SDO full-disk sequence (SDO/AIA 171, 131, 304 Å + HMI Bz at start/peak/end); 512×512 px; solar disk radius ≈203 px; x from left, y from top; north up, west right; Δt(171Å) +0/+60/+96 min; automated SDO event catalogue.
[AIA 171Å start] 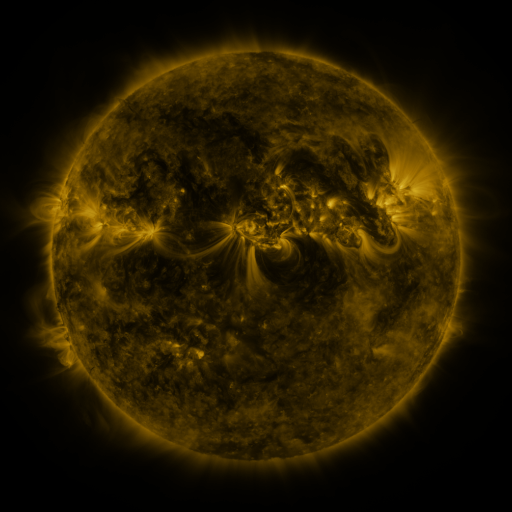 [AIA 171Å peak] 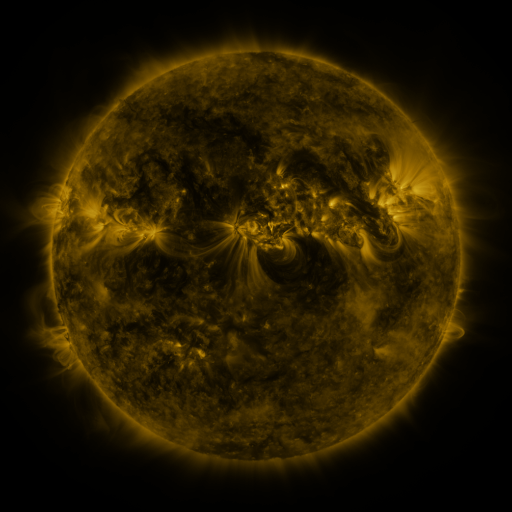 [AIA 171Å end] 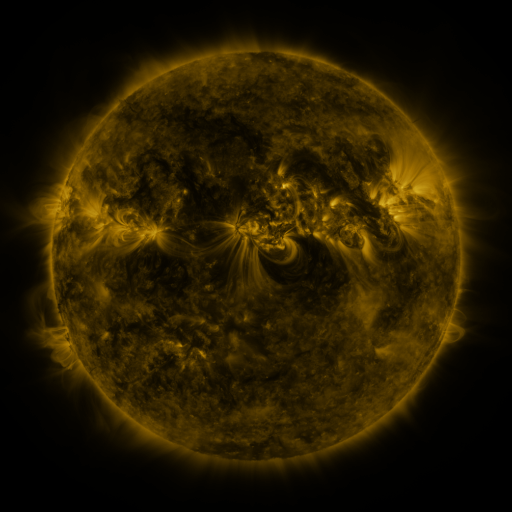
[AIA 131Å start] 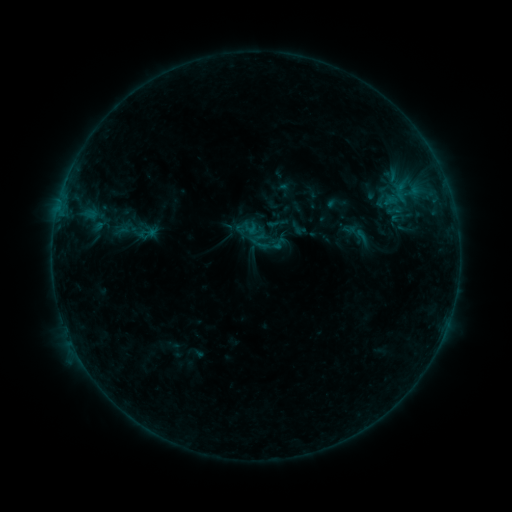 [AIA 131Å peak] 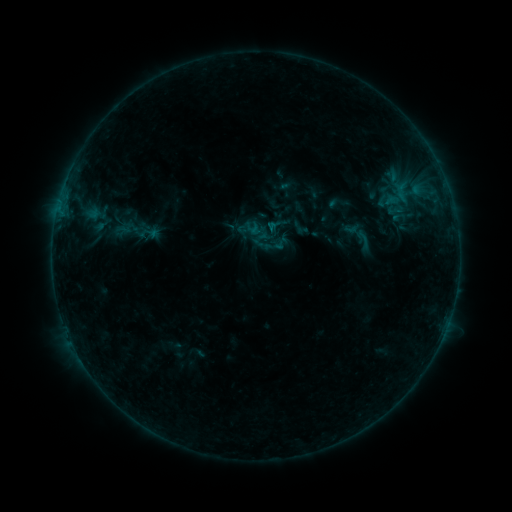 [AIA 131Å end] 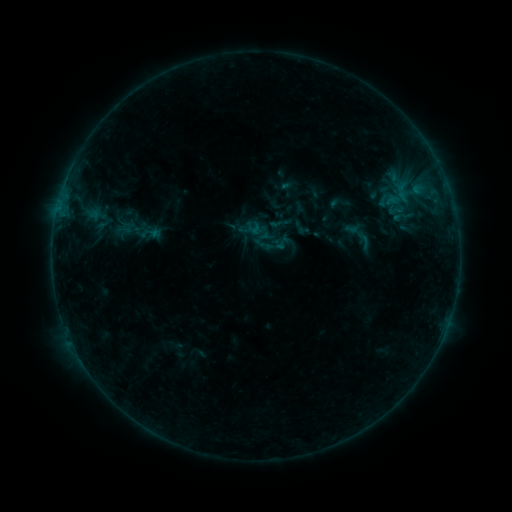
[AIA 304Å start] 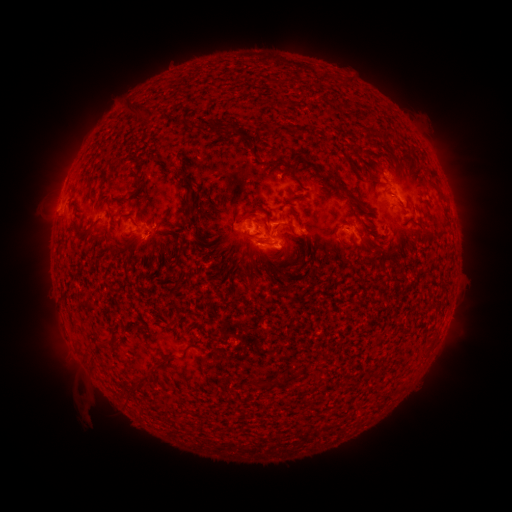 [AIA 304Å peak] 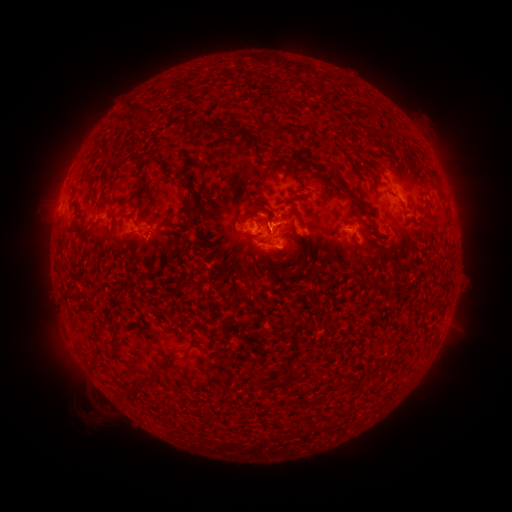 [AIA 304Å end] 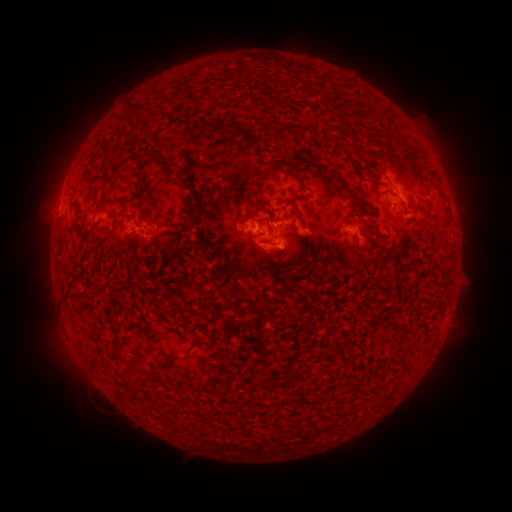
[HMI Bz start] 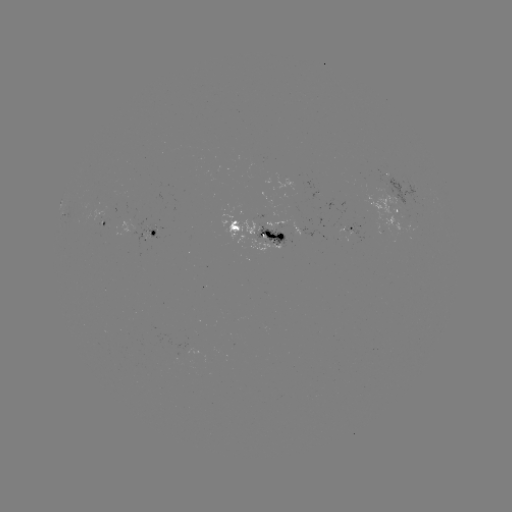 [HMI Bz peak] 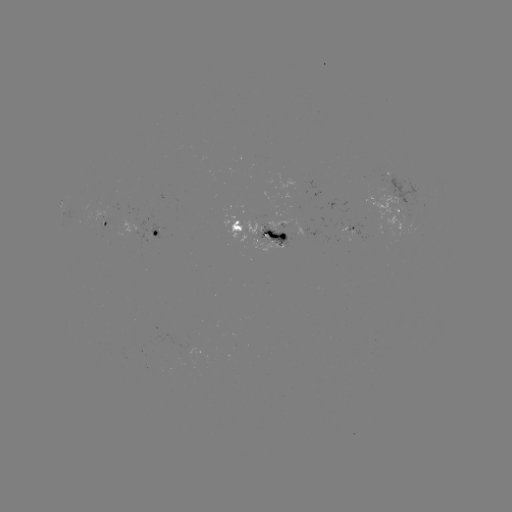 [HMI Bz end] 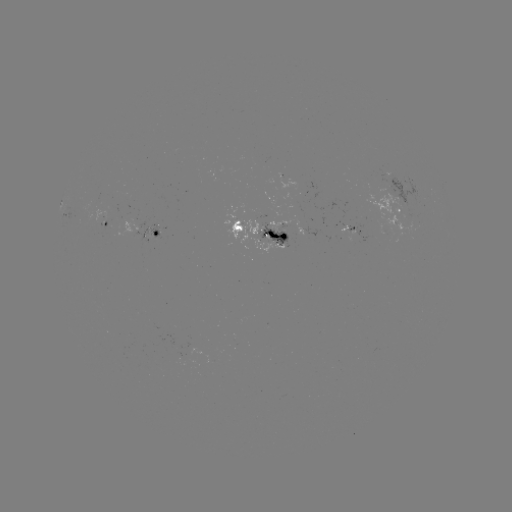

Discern emerging-flux region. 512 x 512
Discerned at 341,227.